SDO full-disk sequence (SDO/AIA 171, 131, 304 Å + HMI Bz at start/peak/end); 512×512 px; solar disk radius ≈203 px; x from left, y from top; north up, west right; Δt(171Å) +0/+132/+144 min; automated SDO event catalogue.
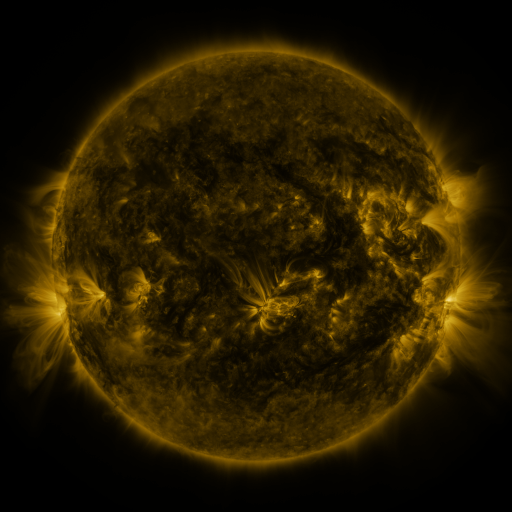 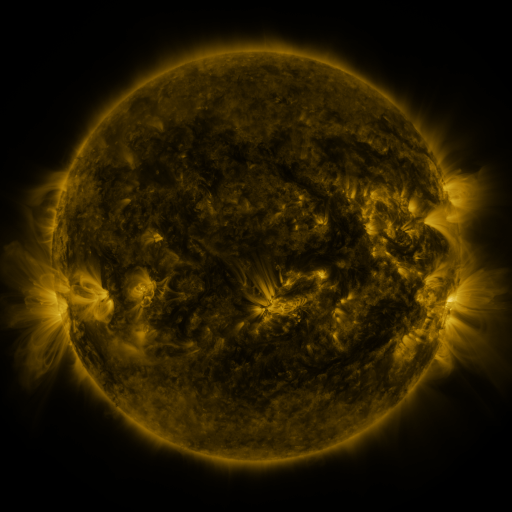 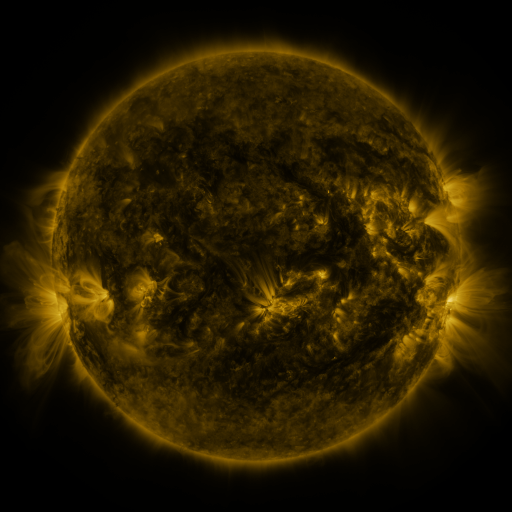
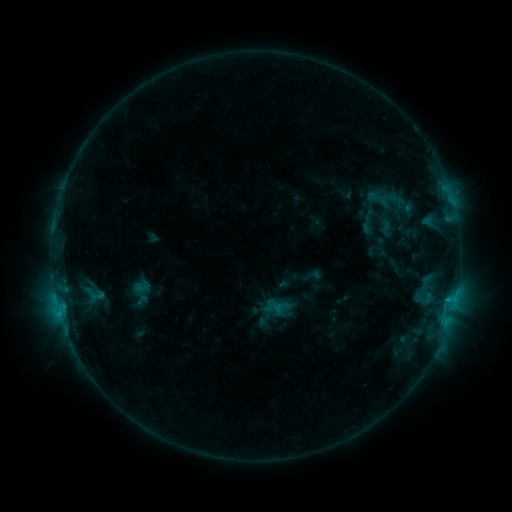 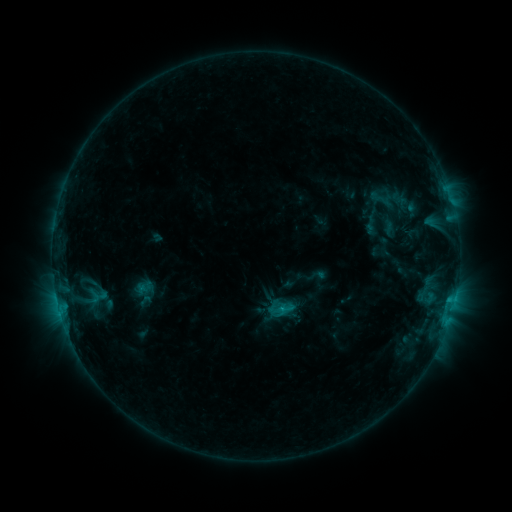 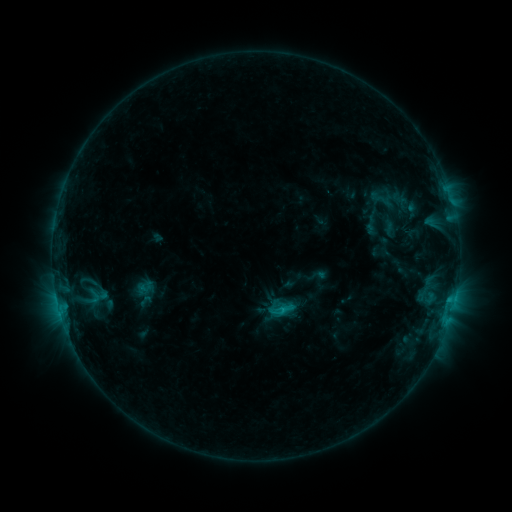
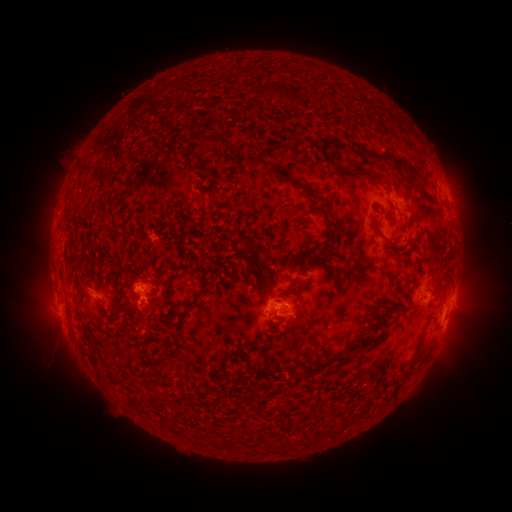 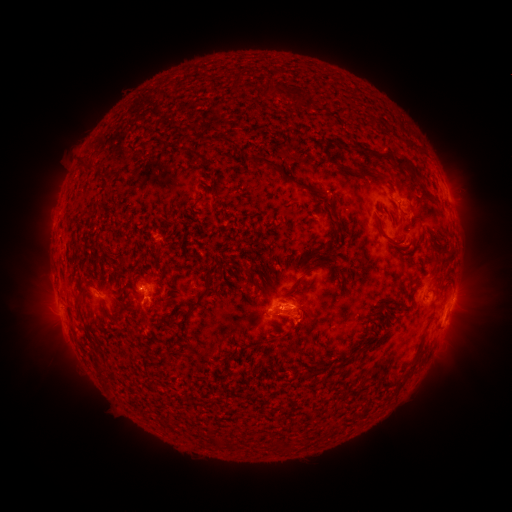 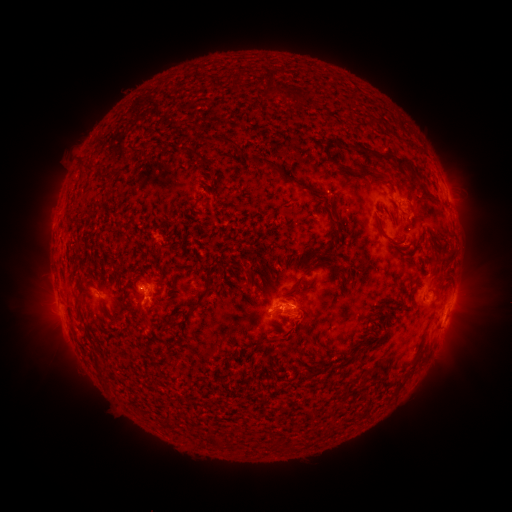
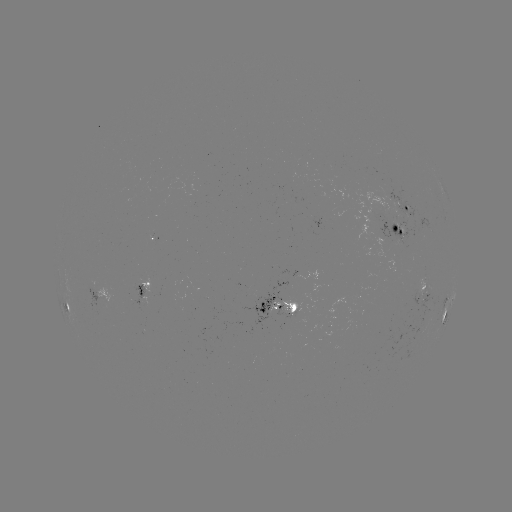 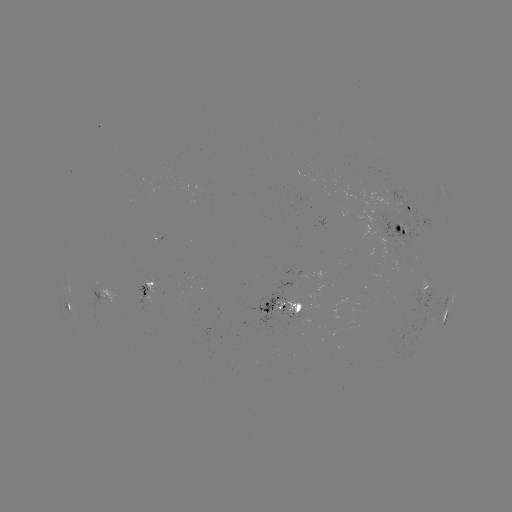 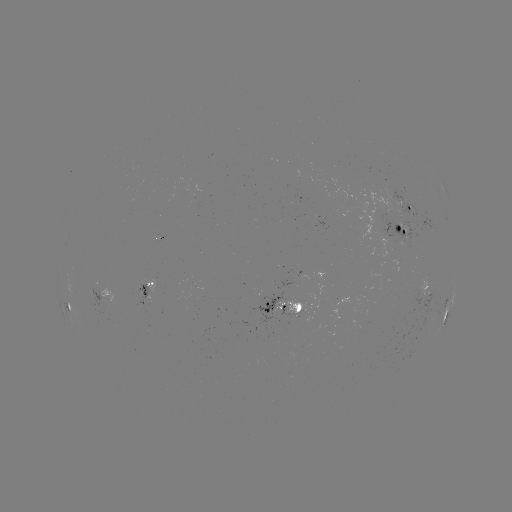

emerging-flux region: (272, 298, 305, 320)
